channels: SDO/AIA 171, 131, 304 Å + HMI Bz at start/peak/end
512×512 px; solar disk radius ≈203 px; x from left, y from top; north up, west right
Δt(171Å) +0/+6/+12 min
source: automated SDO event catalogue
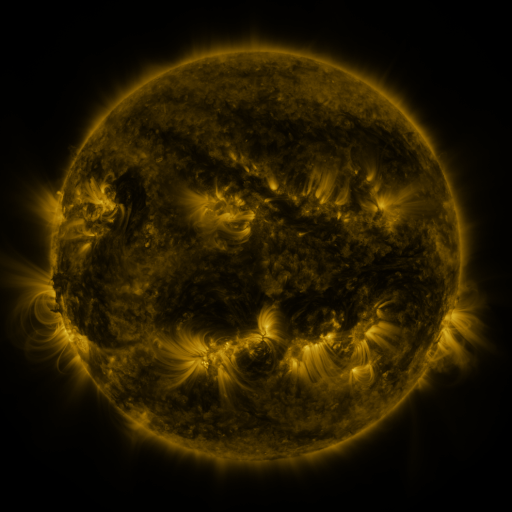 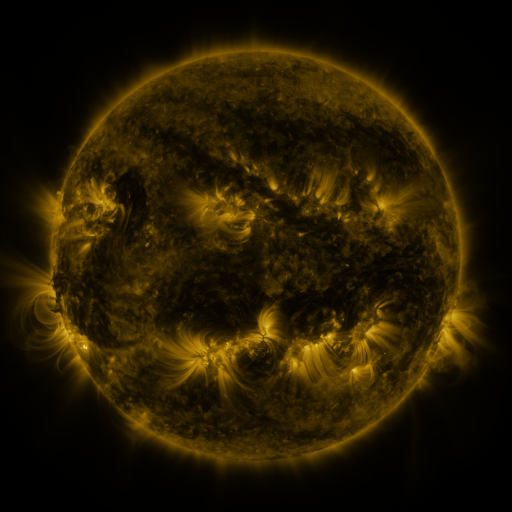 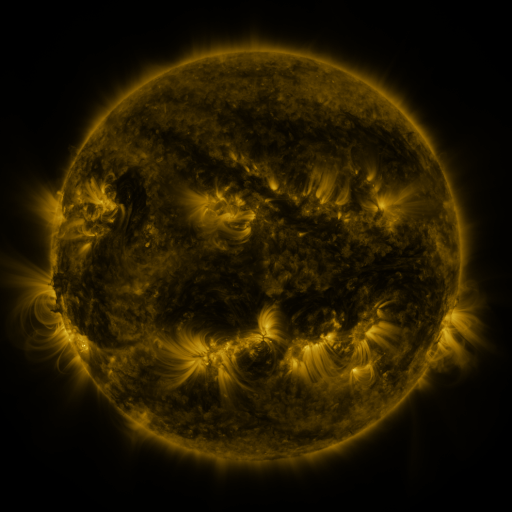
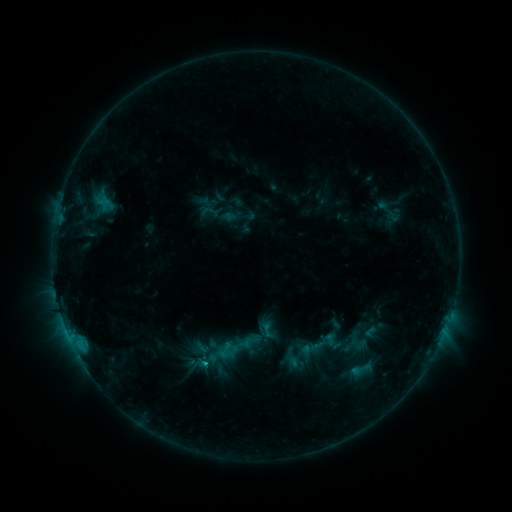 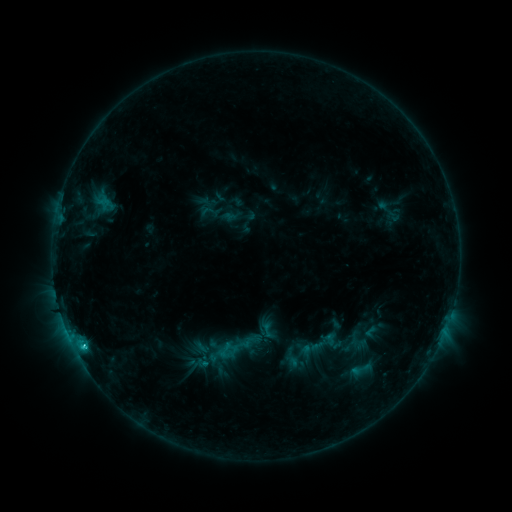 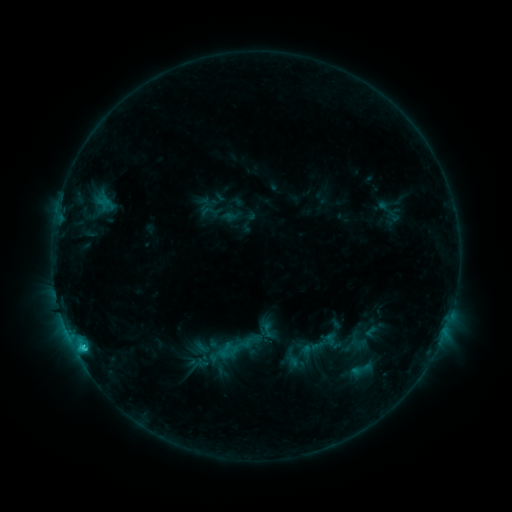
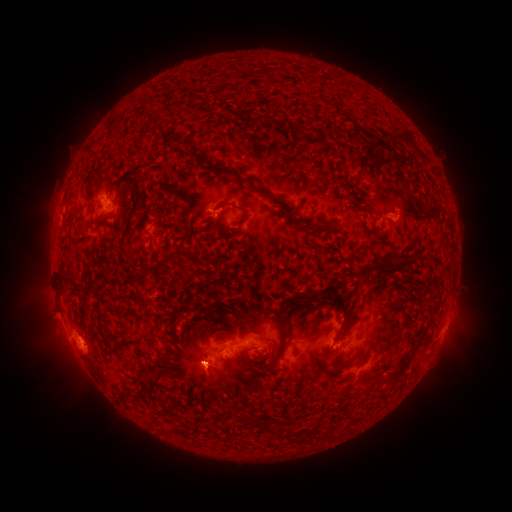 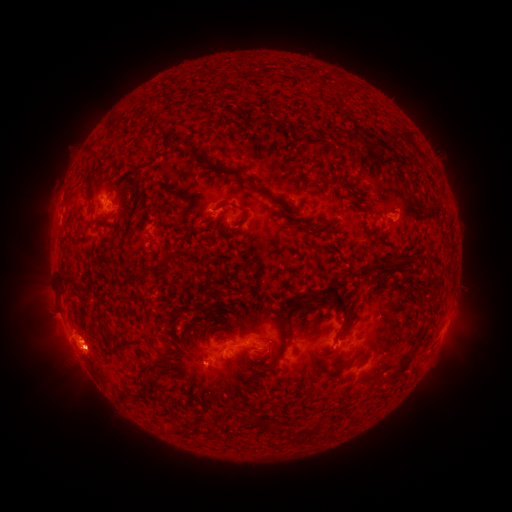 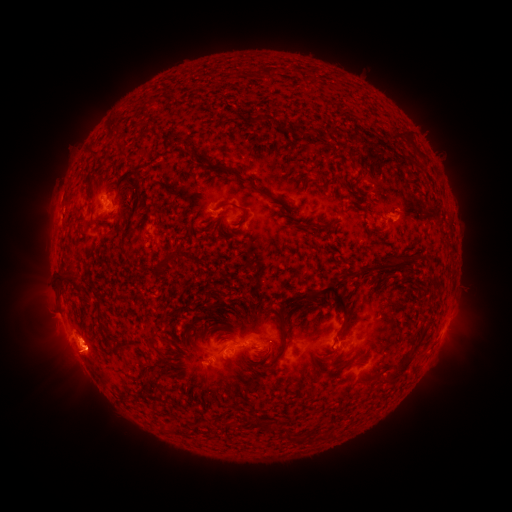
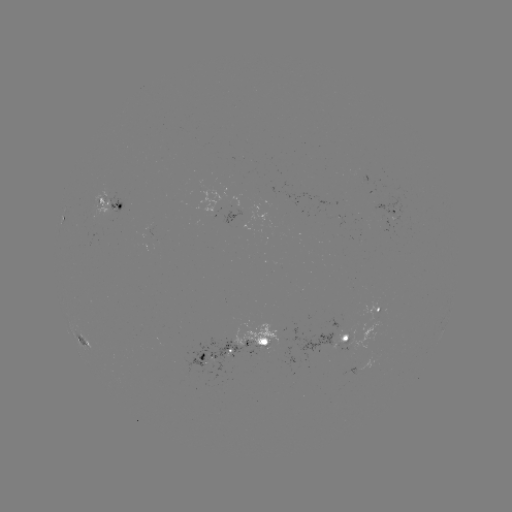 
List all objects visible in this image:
C2.4 flare: (84, 345)
